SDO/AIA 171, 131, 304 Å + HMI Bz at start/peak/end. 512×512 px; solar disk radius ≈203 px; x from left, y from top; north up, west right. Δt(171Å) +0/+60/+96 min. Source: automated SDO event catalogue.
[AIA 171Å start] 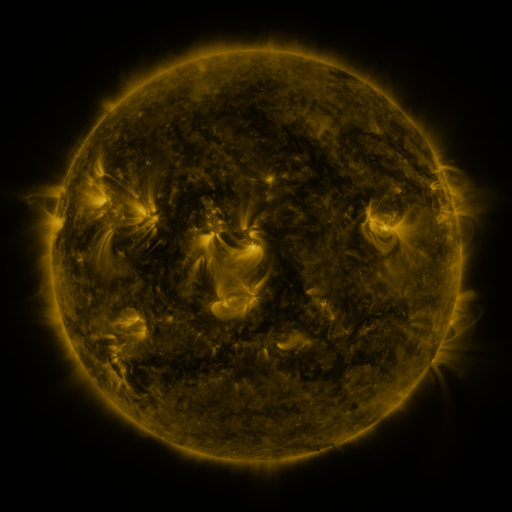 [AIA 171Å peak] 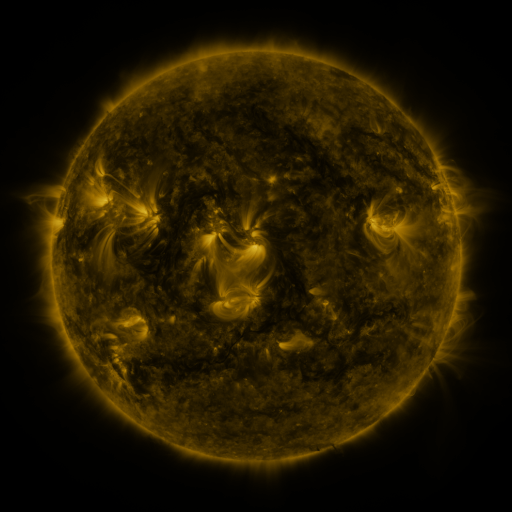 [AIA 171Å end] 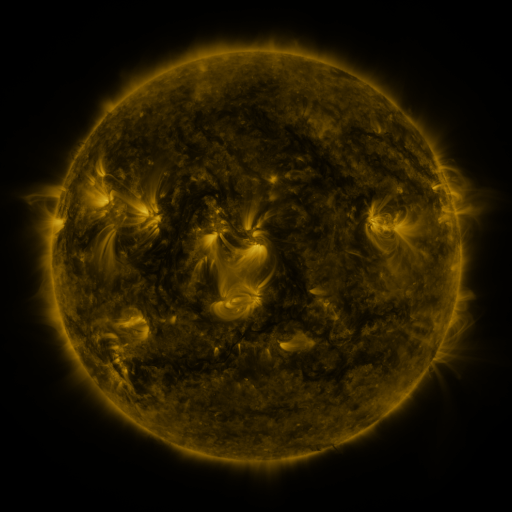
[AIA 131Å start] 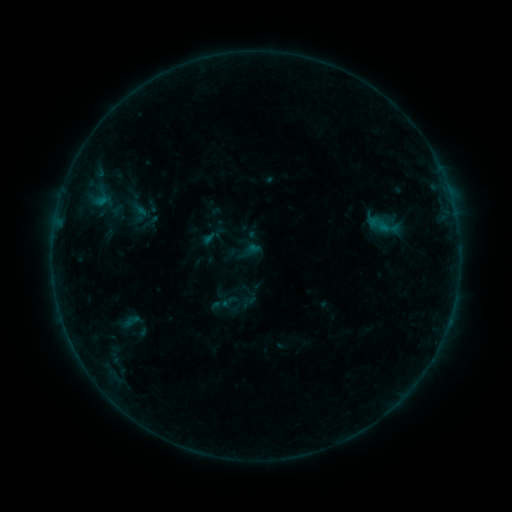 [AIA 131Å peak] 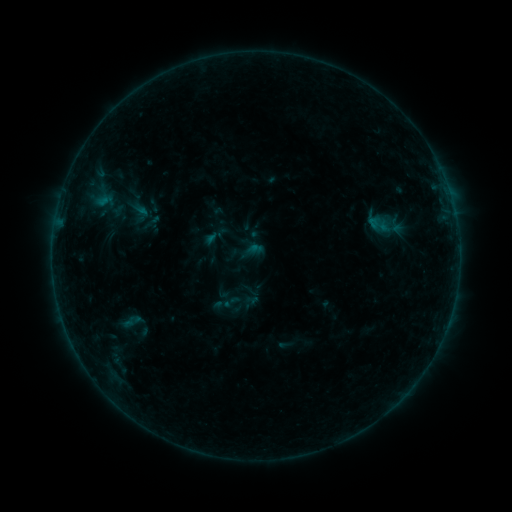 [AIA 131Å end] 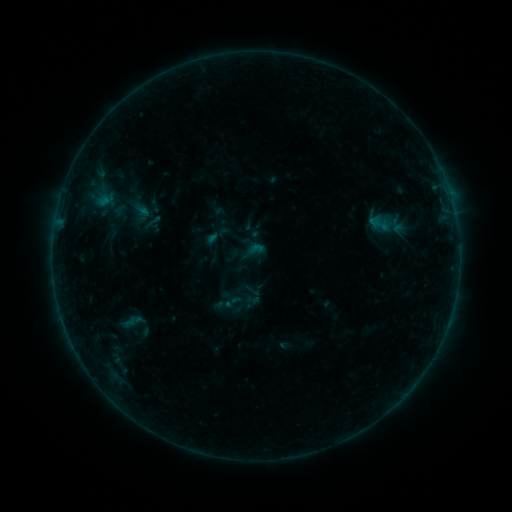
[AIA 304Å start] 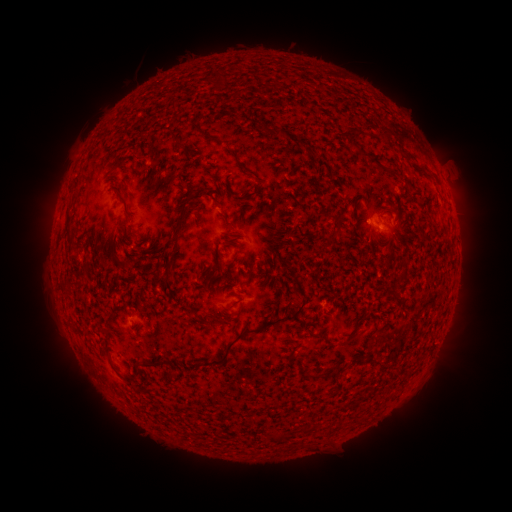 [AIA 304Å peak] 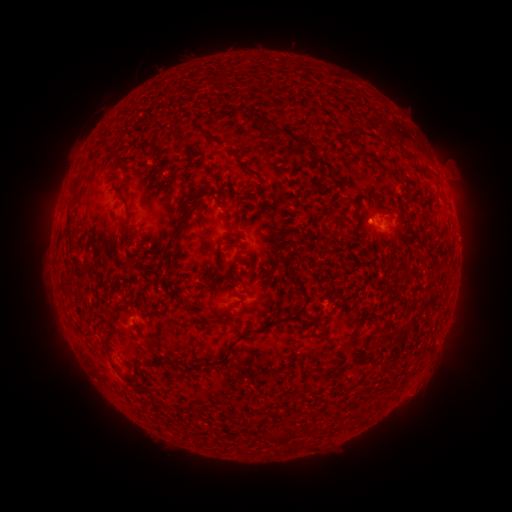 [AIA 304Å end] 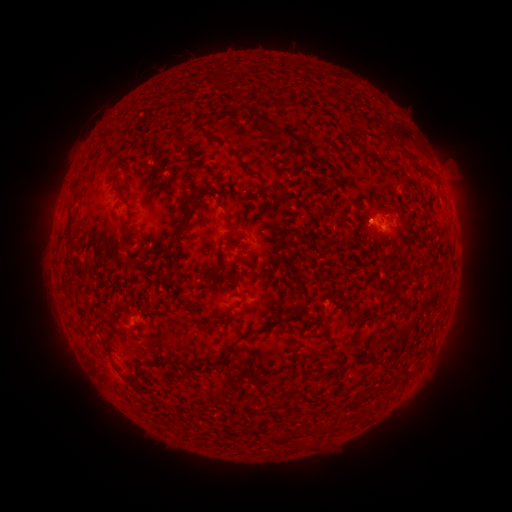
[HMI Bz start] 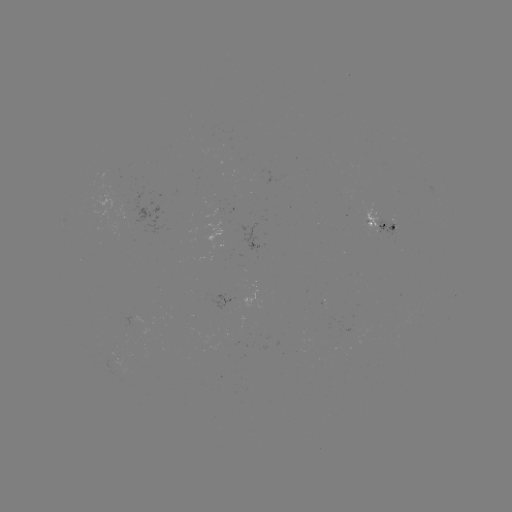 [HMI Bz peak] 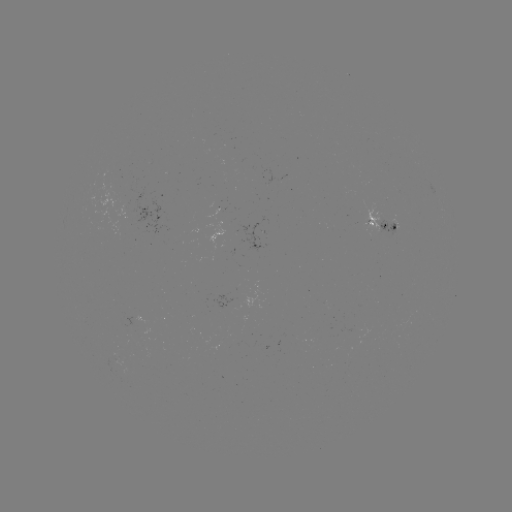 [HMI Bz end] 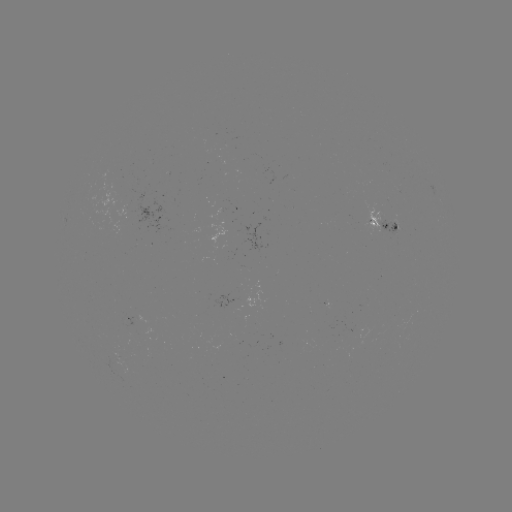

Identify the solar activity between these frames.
emerging-flux region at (235, 306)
